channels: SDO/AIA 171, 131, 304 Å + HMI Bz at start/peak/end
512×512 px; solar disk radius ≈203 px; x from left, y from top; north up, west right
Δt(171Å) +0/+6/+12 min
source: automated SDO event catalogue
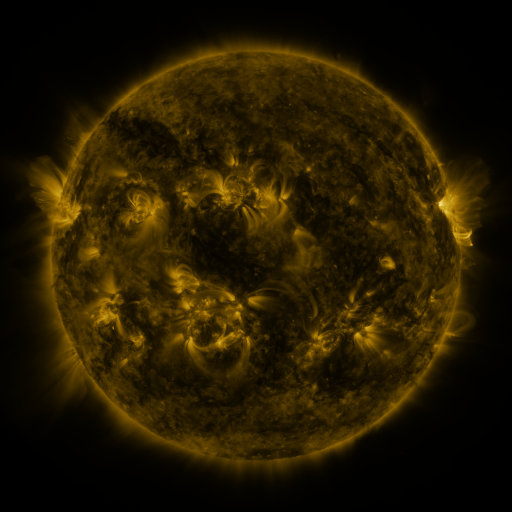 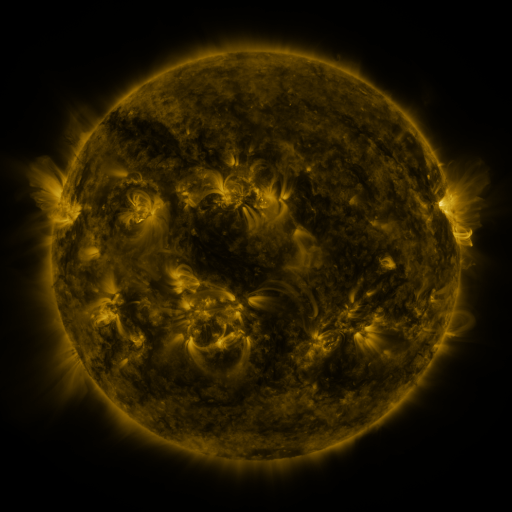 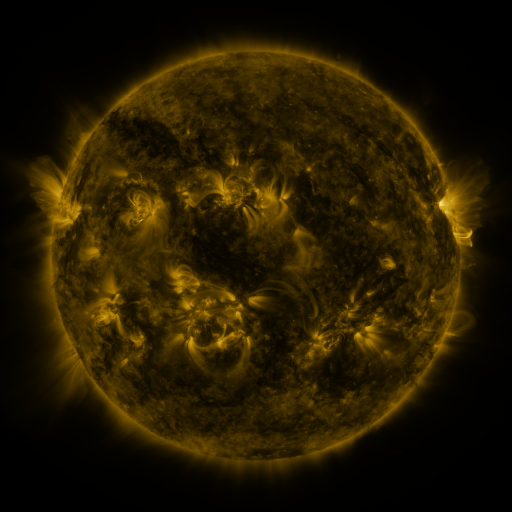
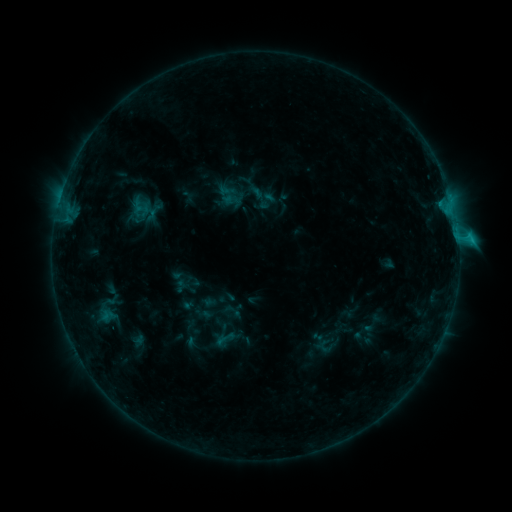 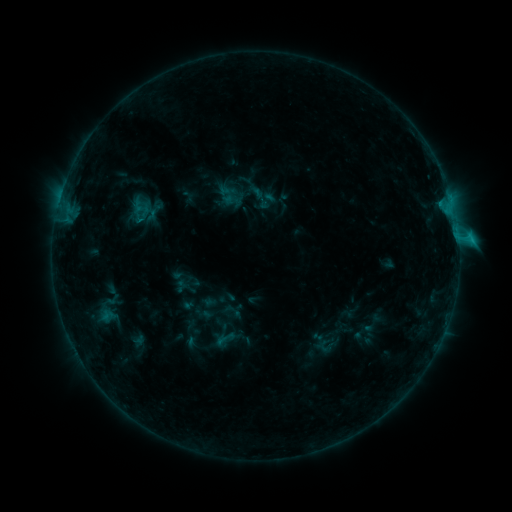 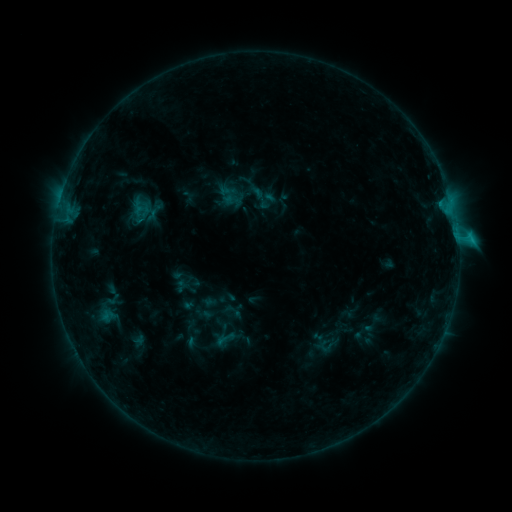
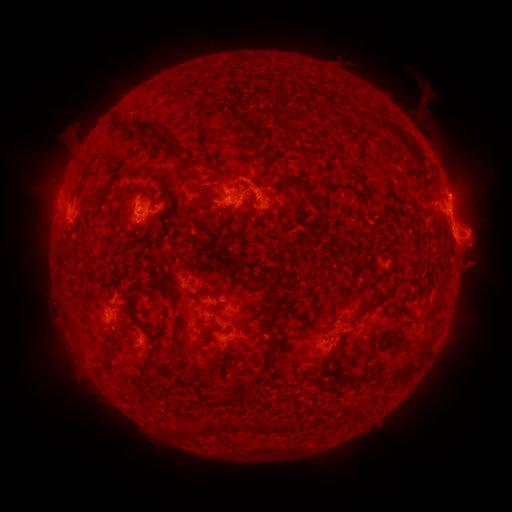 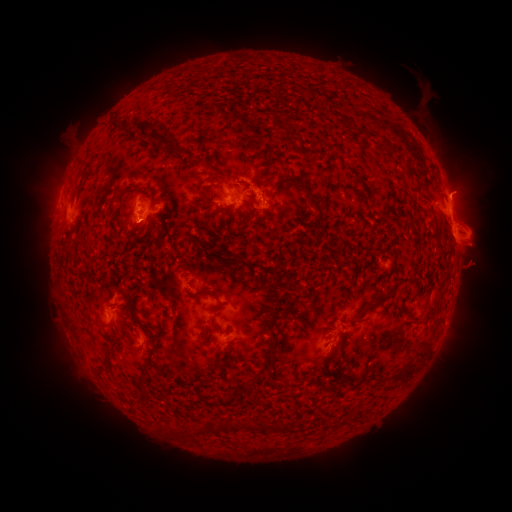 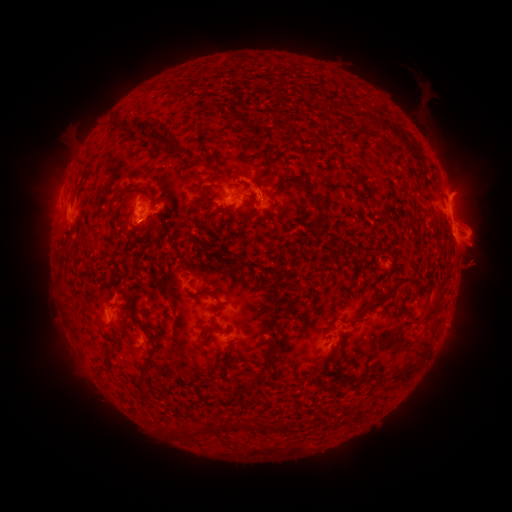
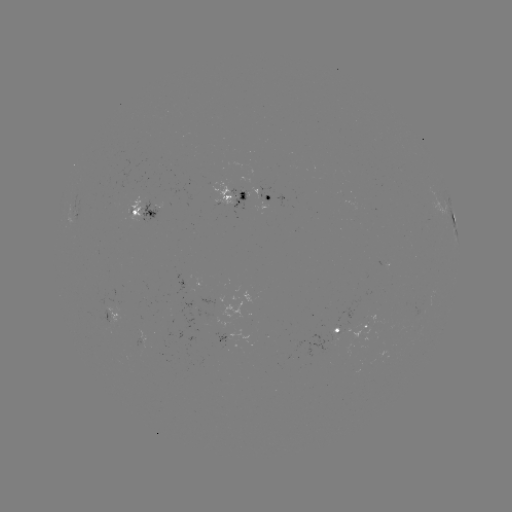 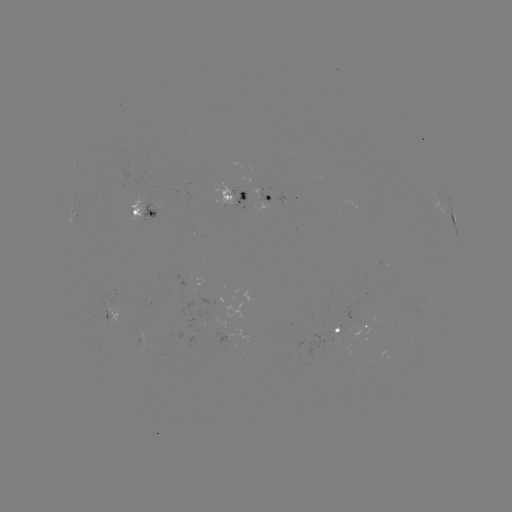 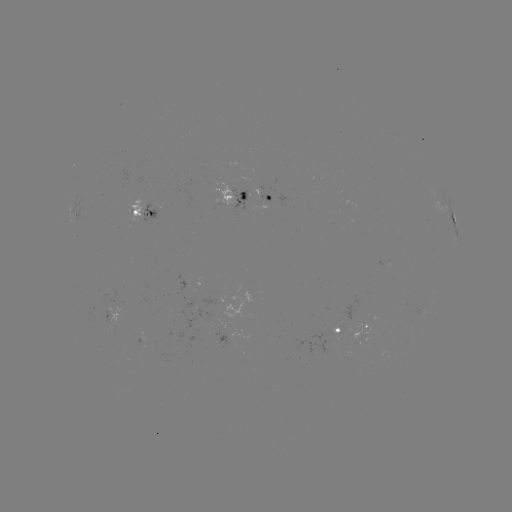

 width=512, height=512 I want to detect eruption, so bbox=[440, 167, 487, 212].